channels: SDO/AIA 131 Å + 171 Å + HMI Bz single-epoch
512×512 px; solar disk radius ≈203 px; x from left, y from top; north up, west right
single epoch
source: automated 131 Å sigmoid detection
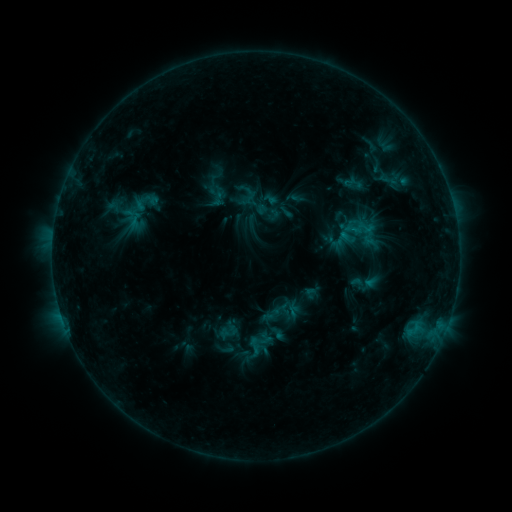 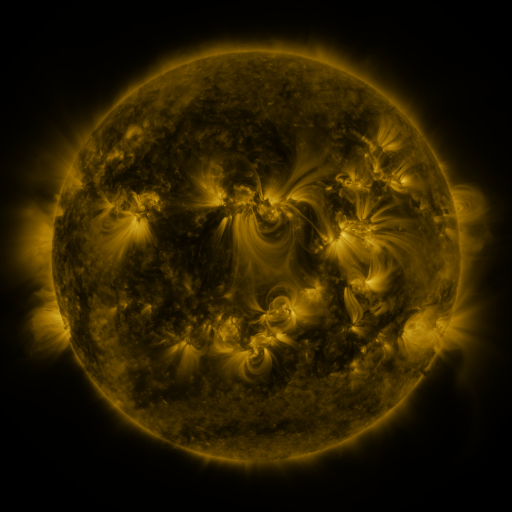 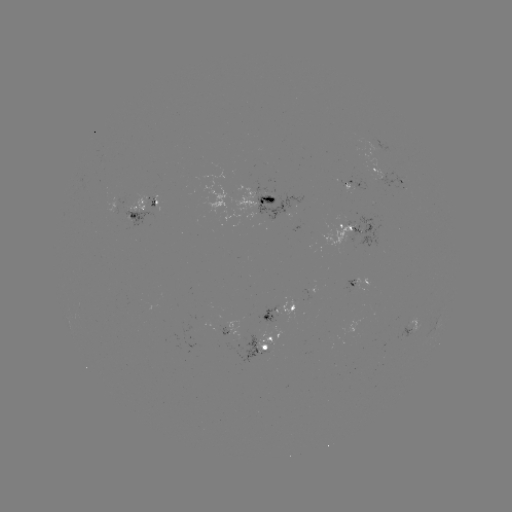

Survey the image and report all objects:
sigmoid: <bbox>244, 337, 264, 356</bbox>
